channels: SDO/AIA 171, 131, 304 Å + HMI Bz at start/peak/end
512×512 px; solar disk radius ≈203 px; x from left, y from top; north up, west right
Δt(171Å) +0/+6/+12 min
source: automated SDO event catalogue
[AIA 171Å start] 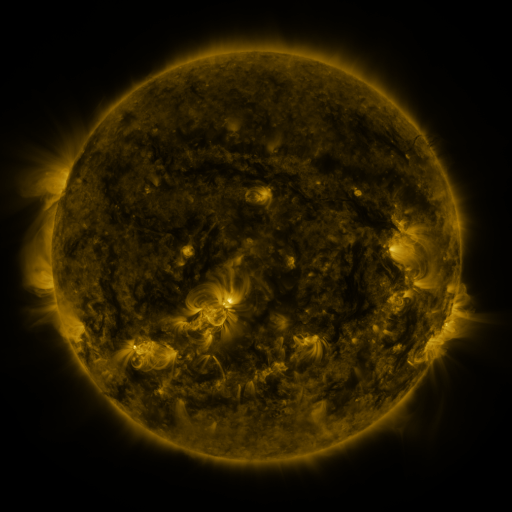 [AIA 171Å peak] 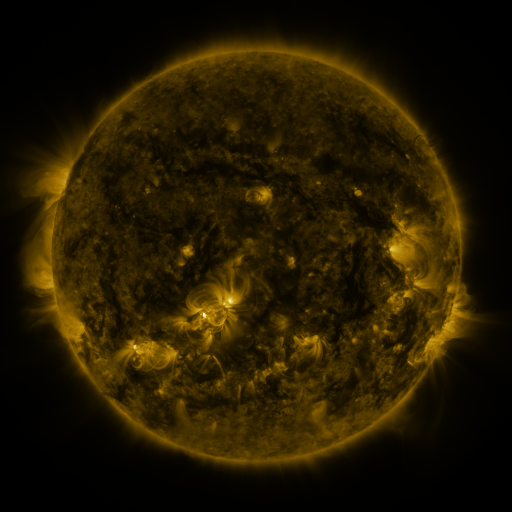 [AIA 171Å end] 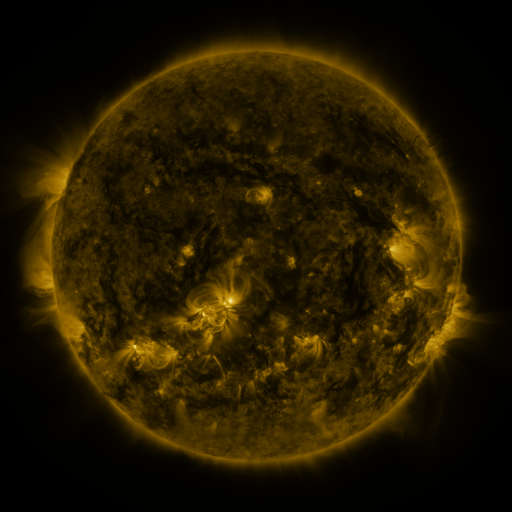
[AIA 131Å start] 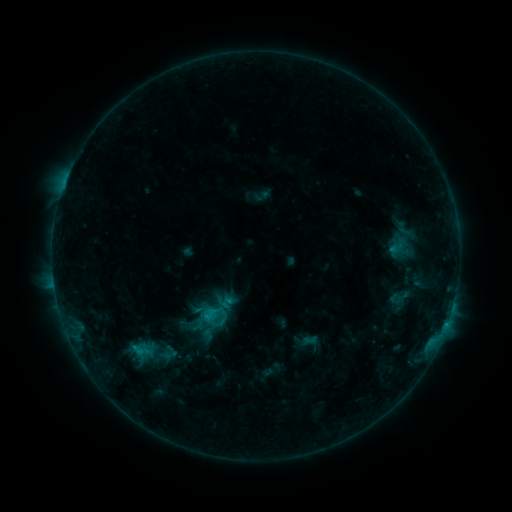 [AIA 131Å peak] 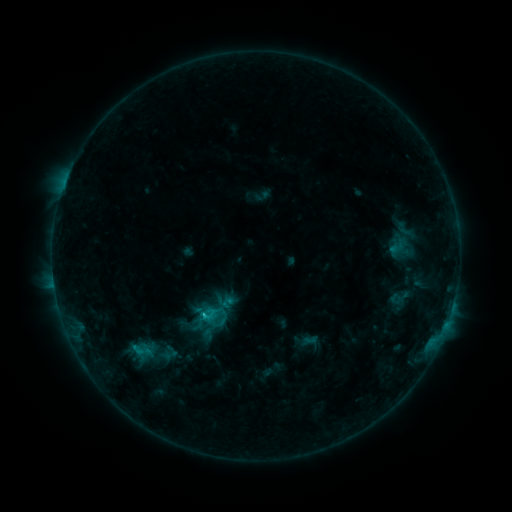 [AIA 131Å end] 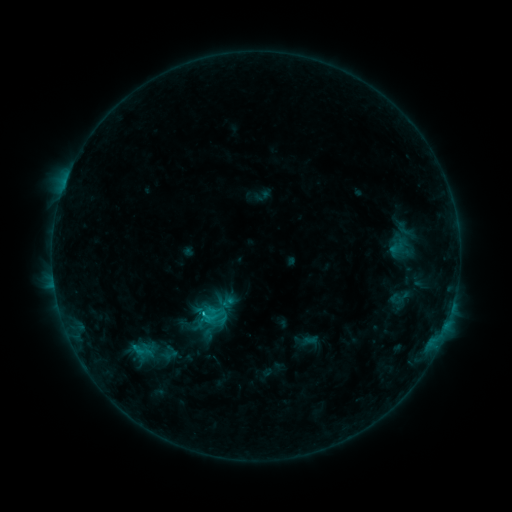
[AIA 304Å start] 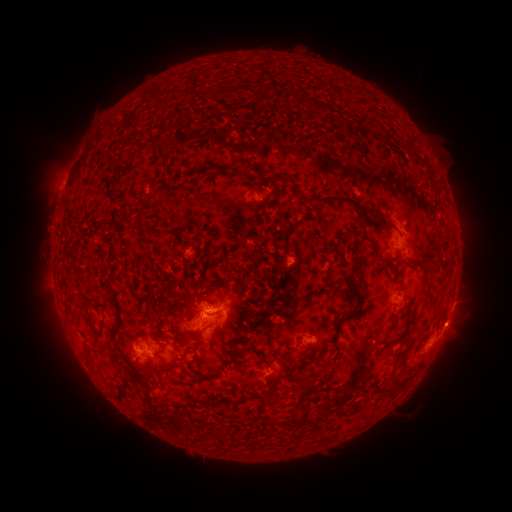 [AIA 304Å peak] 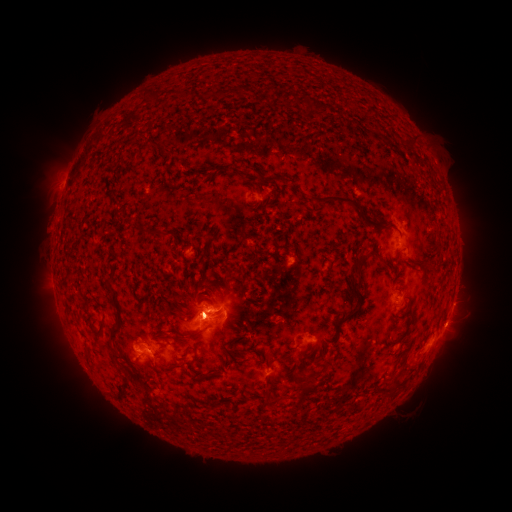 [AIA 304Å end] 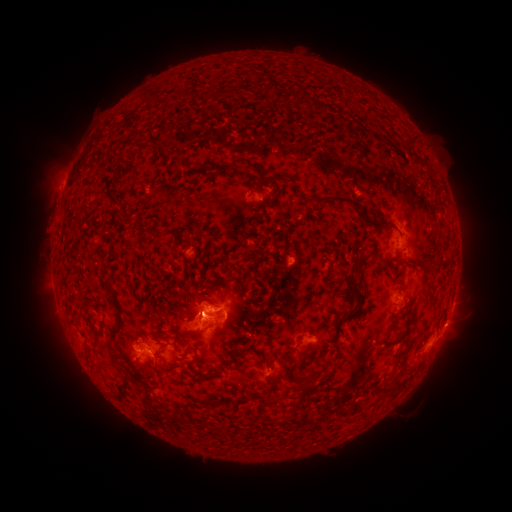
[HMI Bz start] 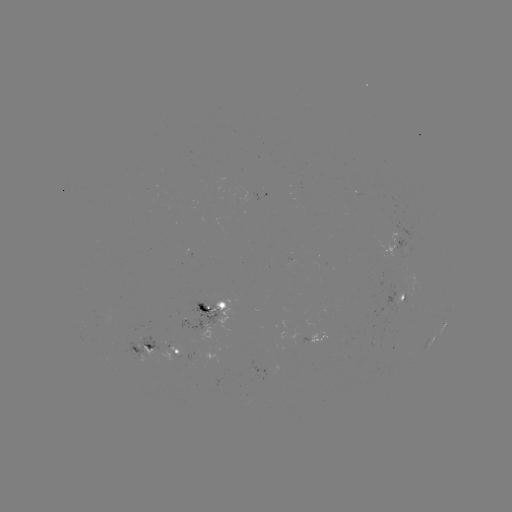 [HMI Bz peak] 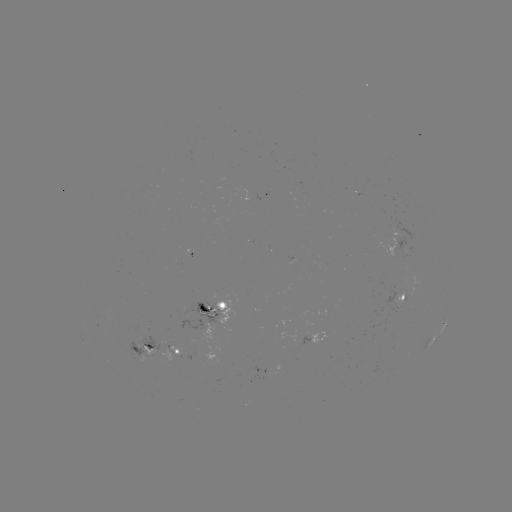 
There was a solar flare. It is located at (204, 315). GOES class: C2.3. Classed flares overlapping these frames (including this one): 1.